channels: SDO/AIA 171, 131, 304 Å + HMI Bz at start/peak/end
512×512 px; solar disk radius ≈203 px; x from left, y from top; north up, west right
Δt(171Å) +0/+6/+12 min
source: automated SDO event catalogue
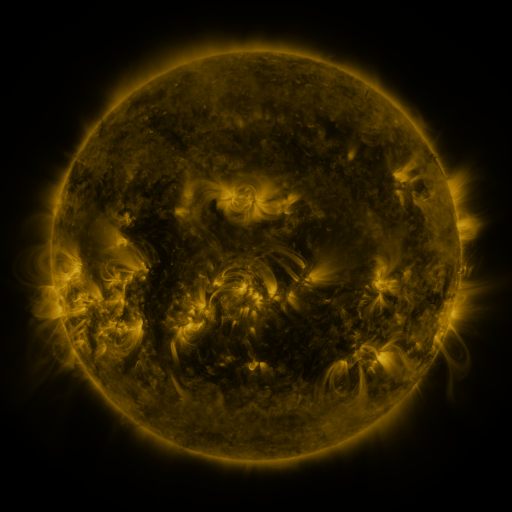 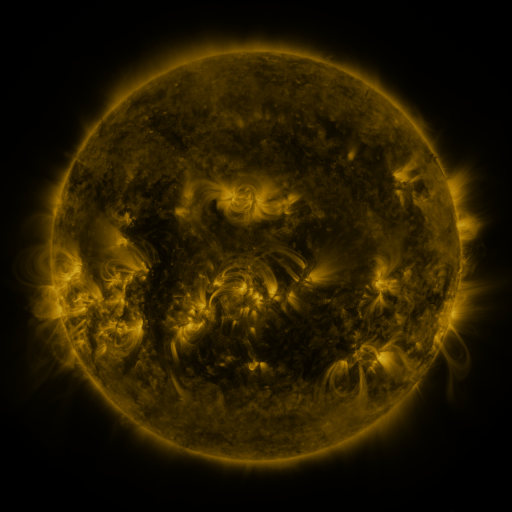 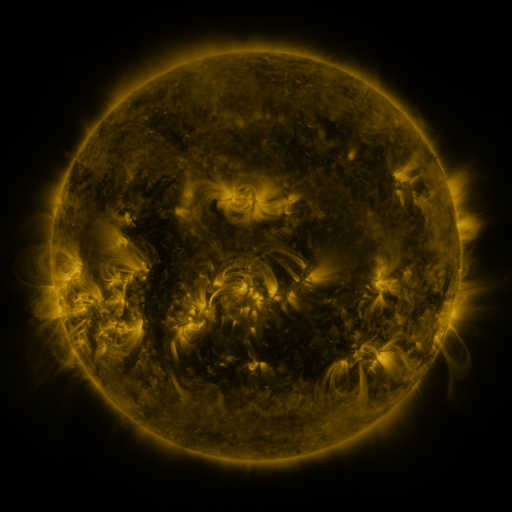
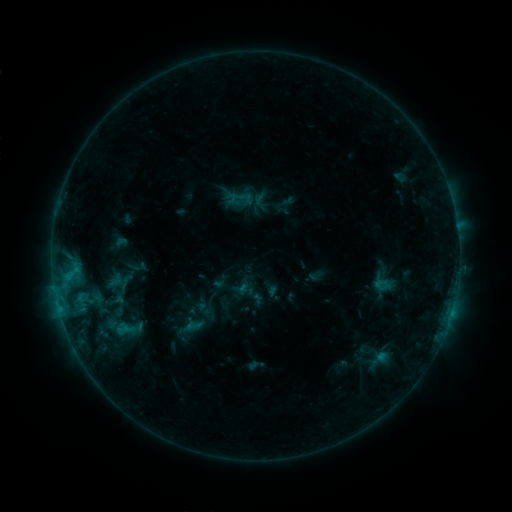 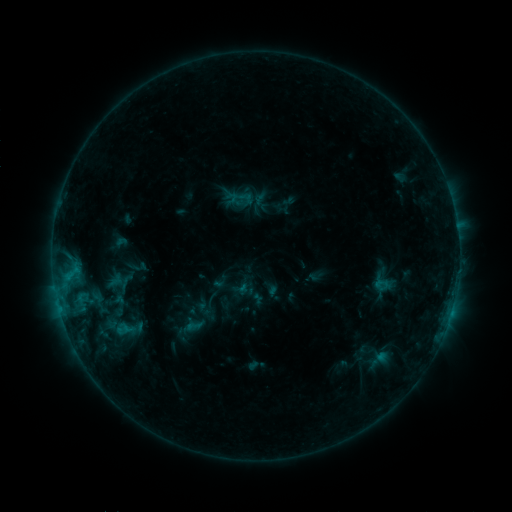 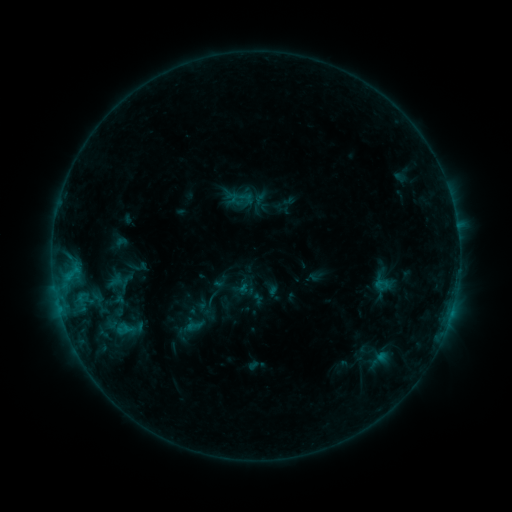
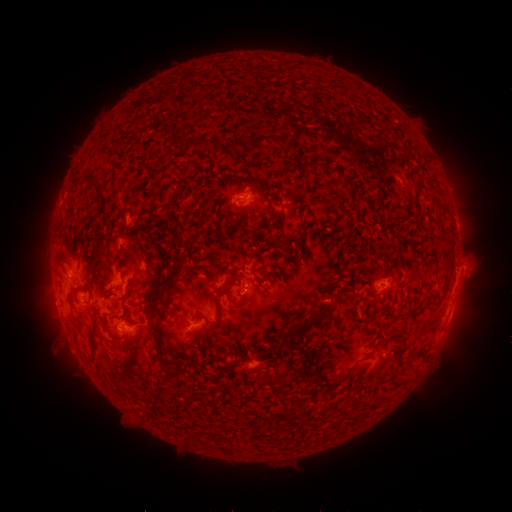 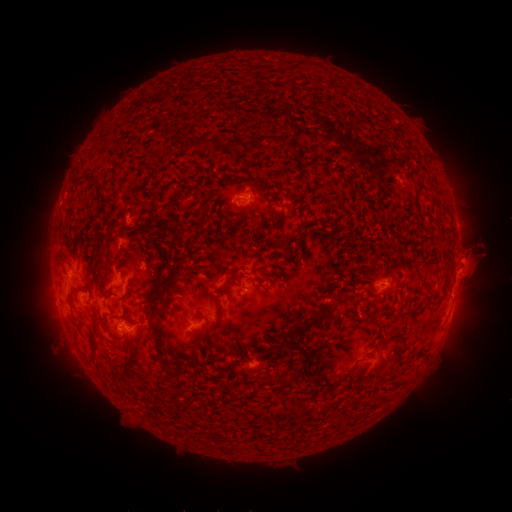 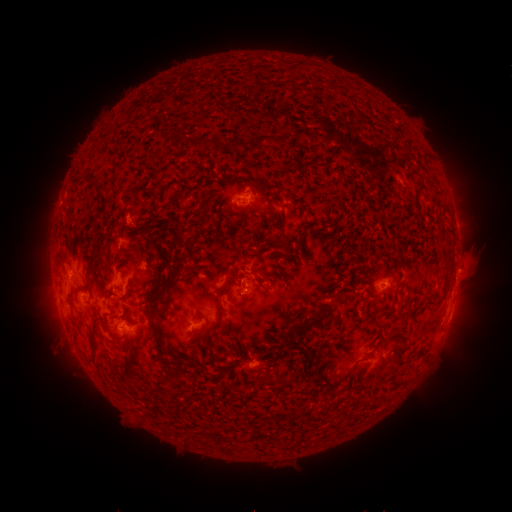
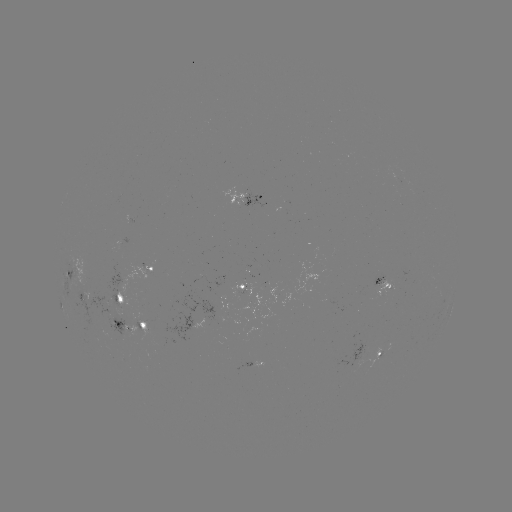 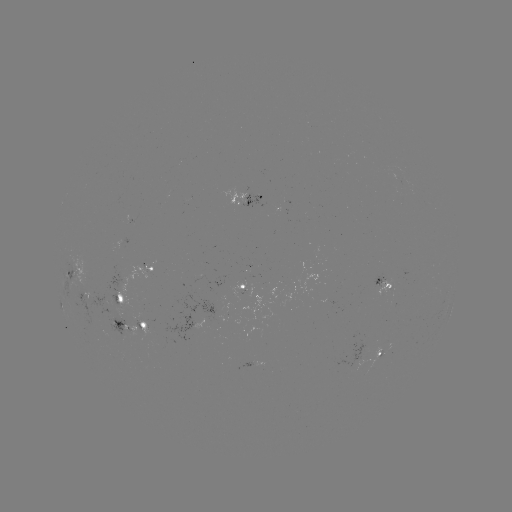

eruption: [444, 220, 506, 281]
